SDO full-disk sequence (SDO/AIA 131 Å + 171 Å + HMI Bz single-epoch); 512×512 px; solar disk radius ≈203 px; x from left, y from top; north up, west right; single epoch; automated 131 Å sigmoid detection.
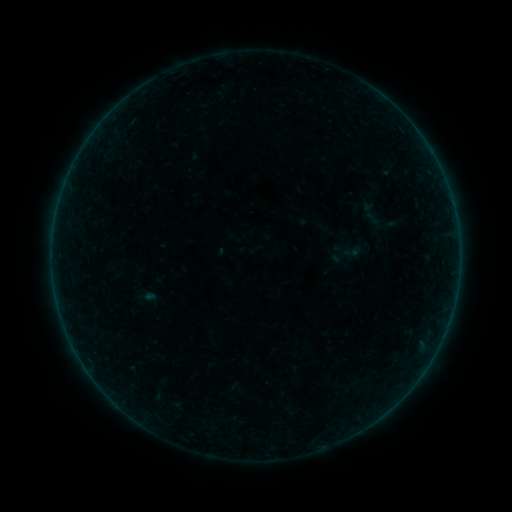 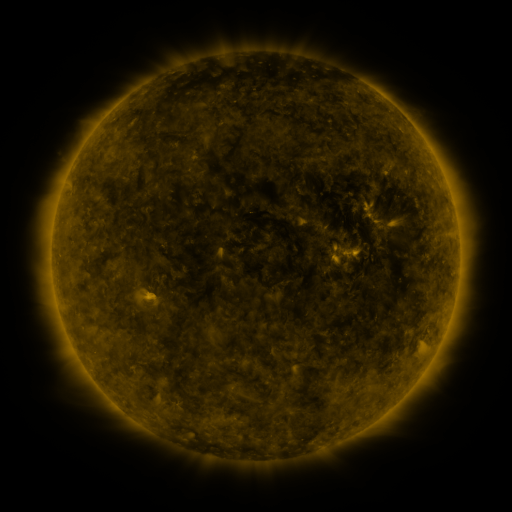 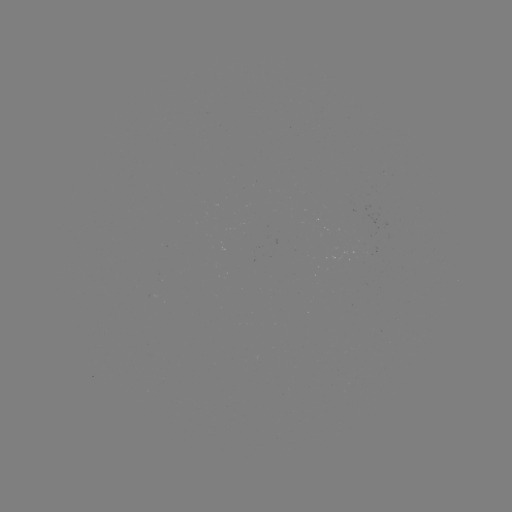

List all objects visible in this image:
sigmoid: (374, 215)
sigmoid: (352, 252)
